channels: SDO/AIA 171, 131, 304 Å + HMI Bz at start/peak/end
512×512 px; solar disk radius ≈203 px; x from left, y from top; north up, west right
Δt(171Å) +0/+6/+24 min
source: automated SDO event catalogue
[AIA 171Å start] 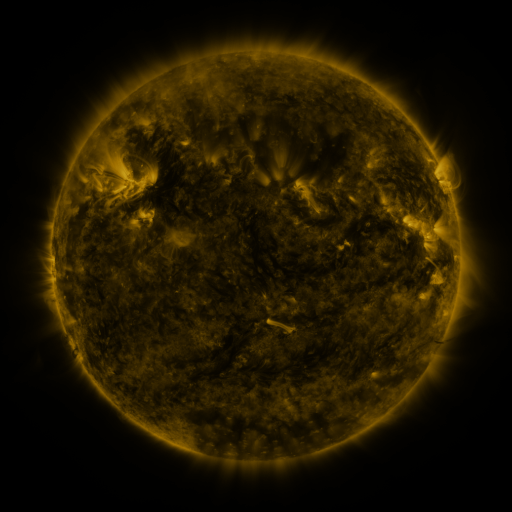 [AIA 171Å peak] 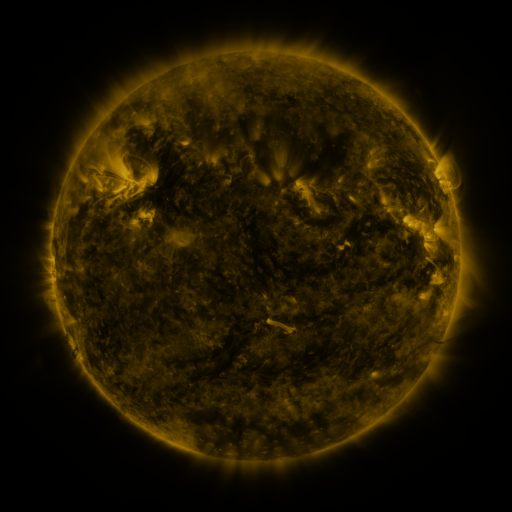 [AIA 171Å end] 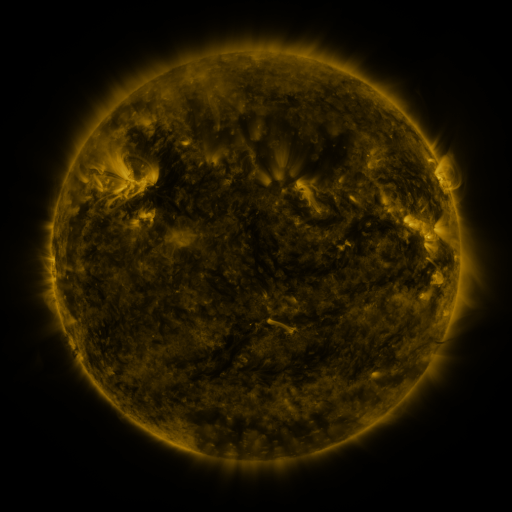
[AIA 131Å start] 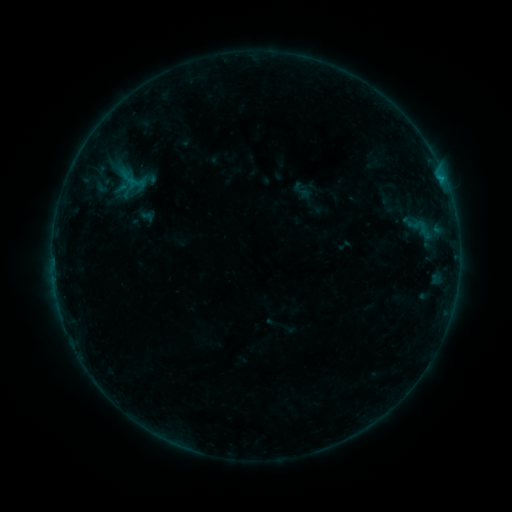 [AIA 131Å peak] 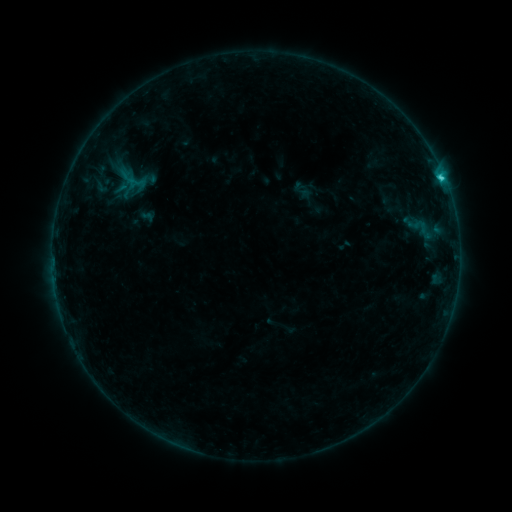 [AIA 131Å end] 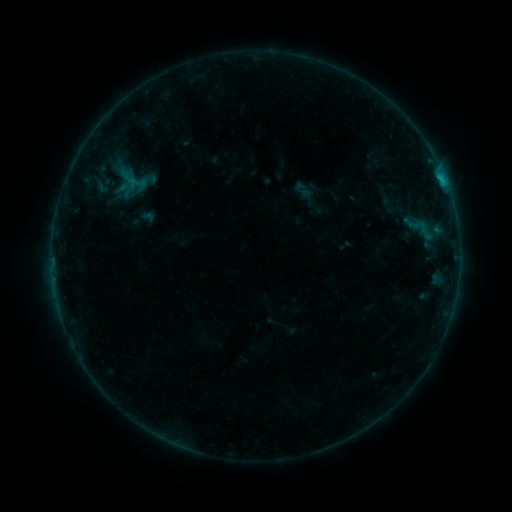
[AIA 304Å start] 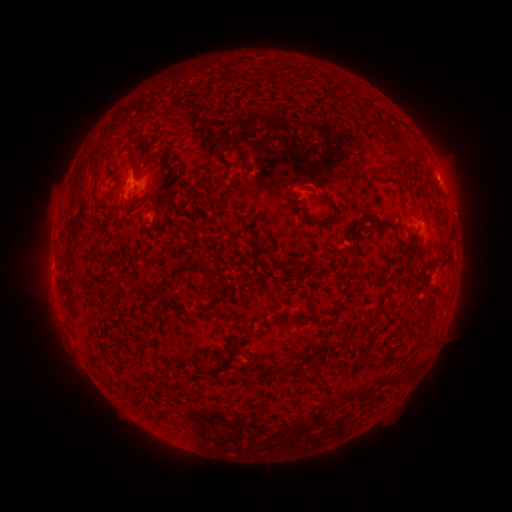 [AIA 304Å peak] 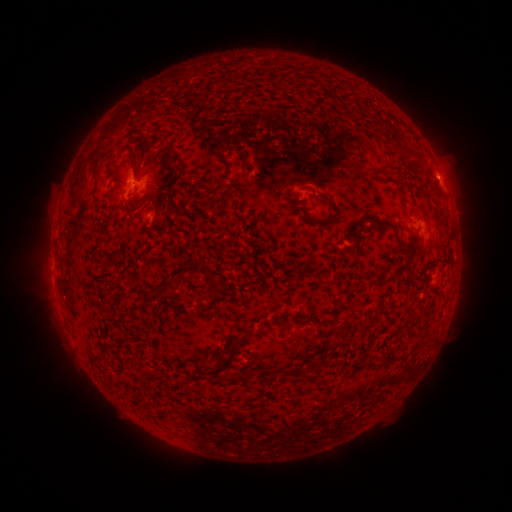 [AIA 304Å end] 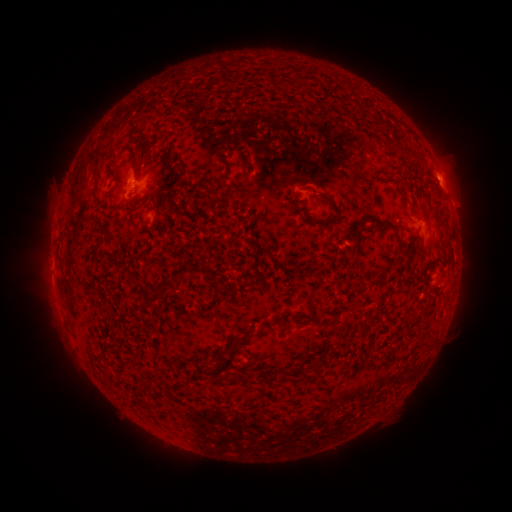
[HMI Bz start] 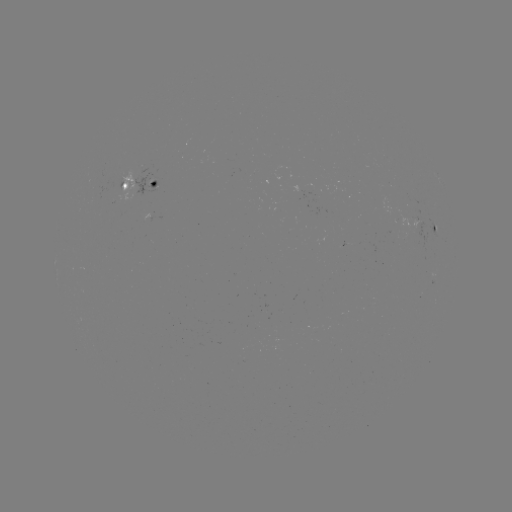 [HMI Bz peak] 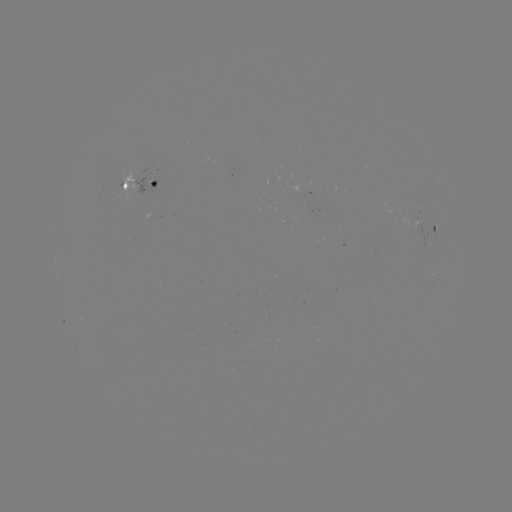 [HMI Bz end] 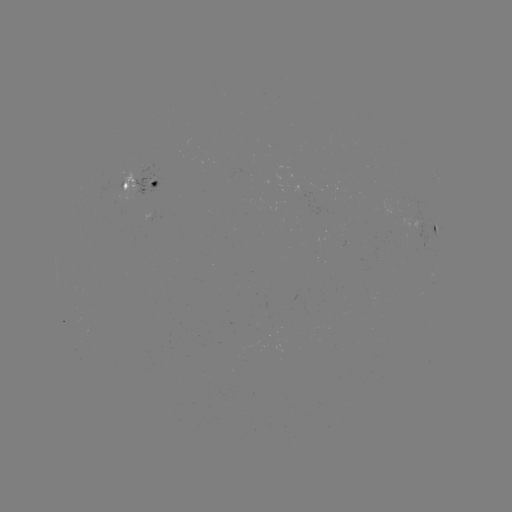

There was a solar flare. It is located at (440, 178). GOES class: C1.2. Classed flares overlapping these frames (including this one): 1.